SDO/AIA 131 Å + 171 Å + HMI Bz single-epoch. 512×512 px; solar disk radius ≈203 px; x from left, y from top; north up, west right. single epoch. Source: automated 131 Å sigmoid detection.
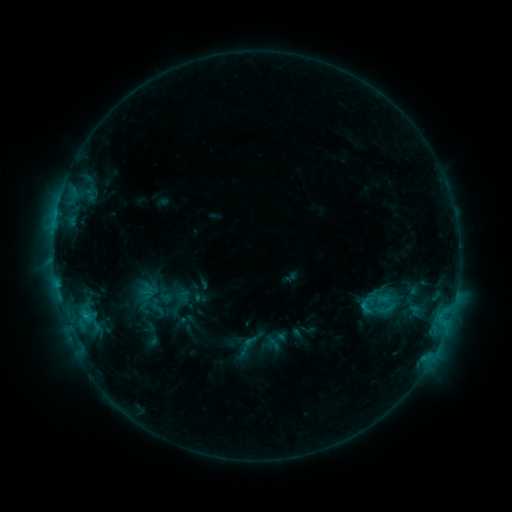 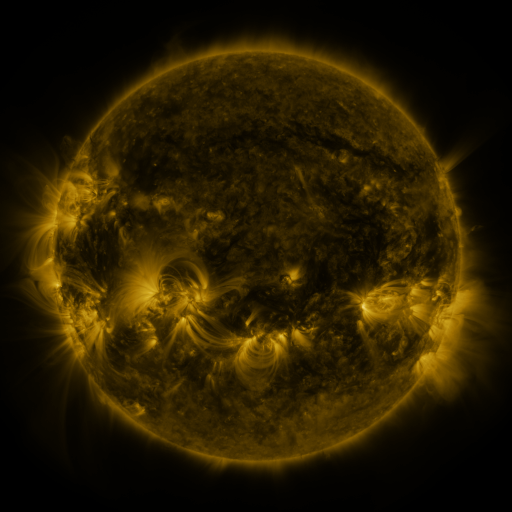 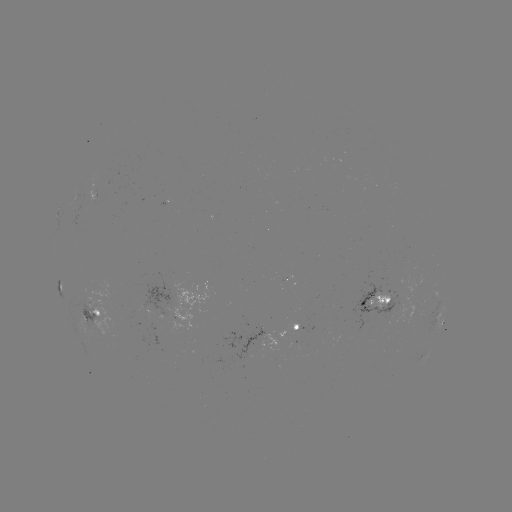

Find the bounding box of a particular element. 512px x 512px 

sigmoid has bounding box [144, 297, 170, 317].